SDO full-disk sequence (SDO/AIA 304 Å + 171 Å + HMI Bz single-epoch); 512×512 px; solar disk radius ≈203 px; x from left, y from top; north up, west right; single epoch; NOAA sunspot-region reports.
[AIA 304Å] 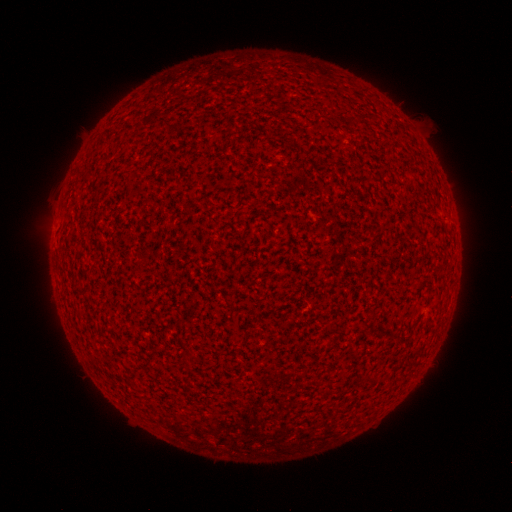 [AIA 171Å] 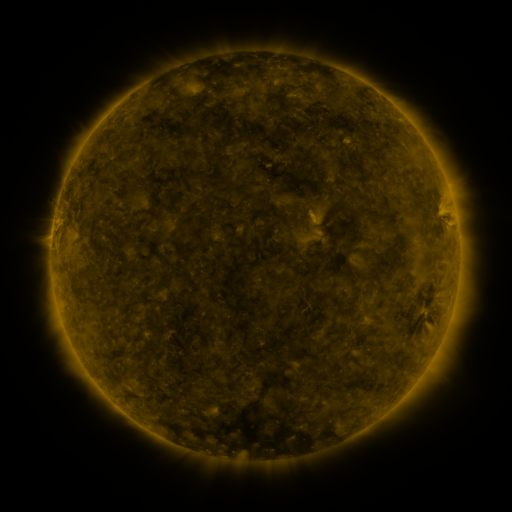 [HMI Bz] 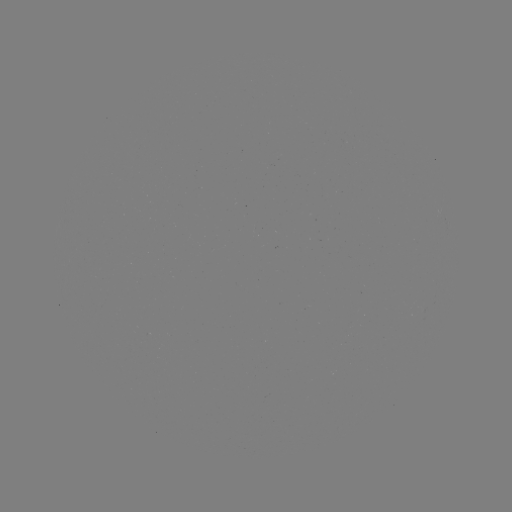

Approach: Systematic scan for spotted active region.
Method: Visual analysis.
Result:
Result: spotted active region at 447,220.